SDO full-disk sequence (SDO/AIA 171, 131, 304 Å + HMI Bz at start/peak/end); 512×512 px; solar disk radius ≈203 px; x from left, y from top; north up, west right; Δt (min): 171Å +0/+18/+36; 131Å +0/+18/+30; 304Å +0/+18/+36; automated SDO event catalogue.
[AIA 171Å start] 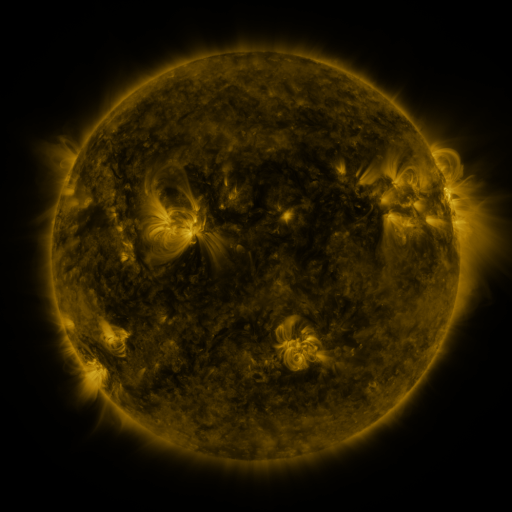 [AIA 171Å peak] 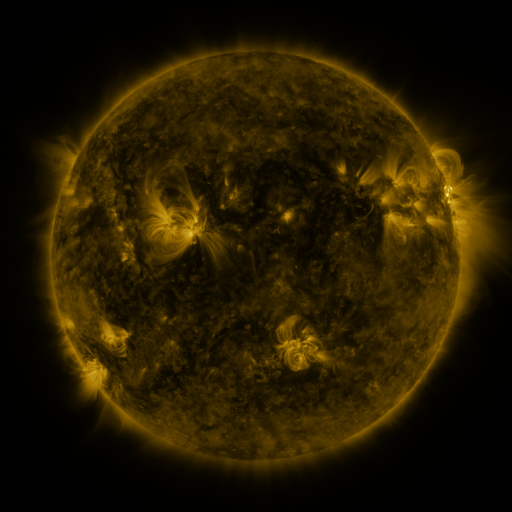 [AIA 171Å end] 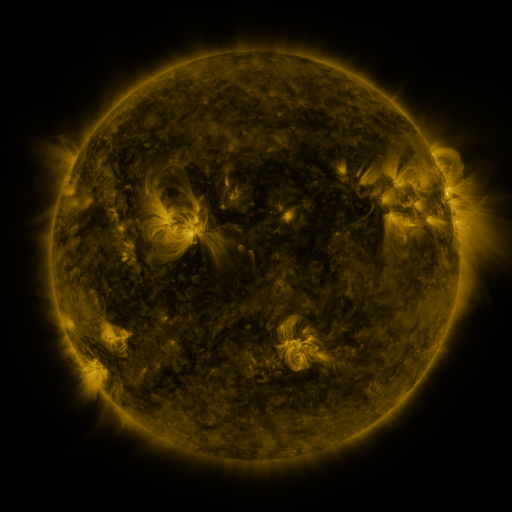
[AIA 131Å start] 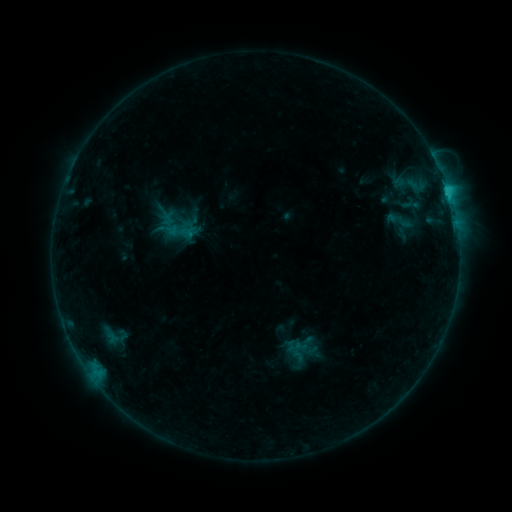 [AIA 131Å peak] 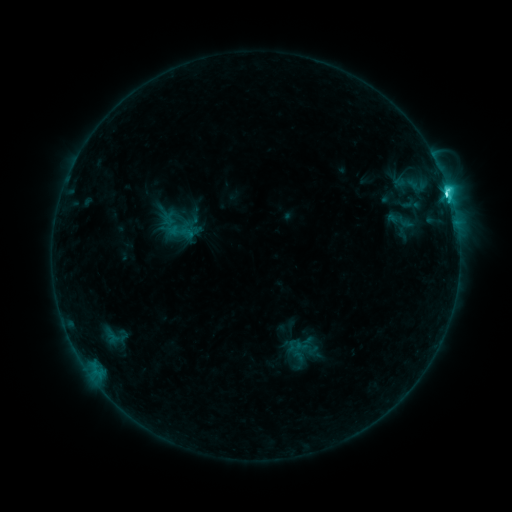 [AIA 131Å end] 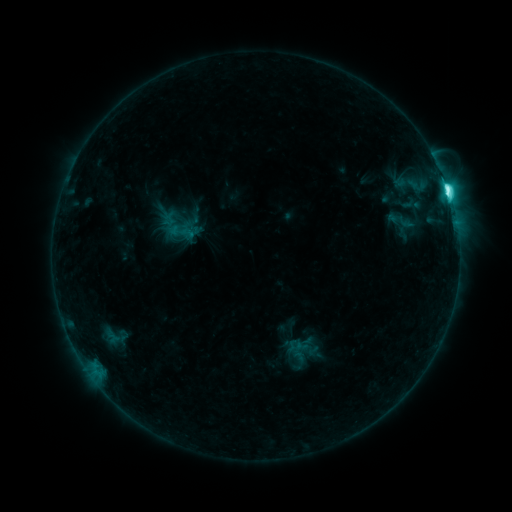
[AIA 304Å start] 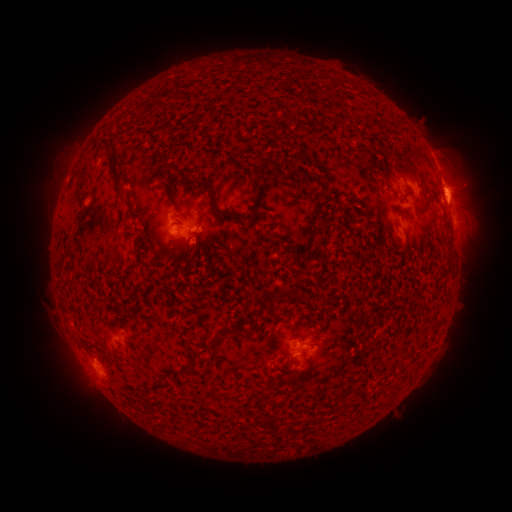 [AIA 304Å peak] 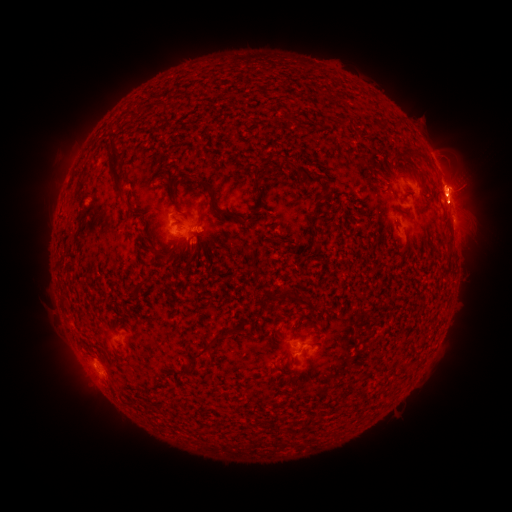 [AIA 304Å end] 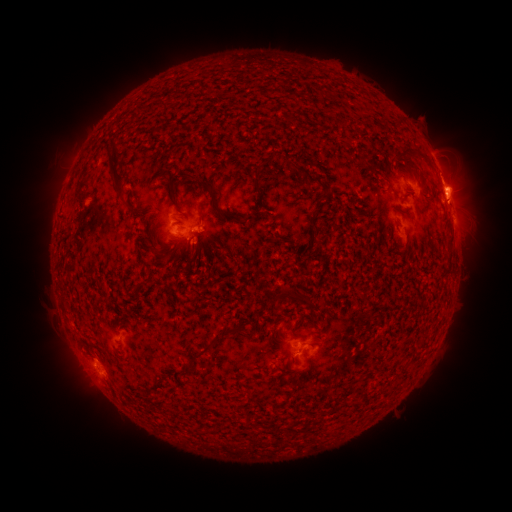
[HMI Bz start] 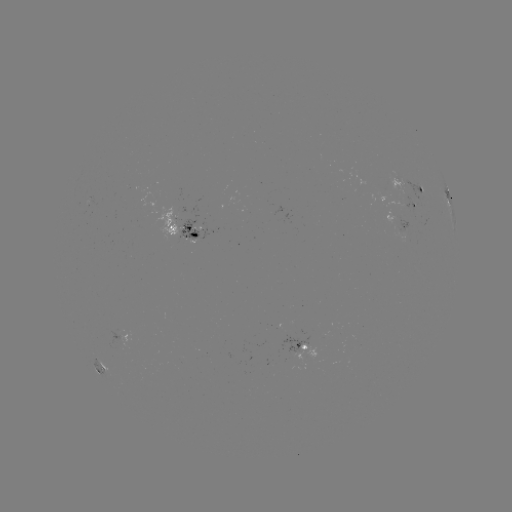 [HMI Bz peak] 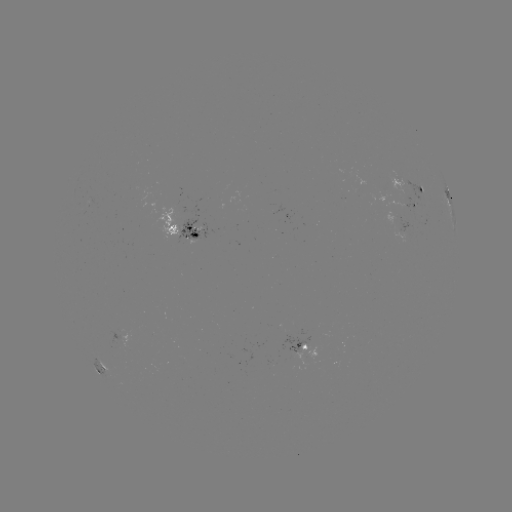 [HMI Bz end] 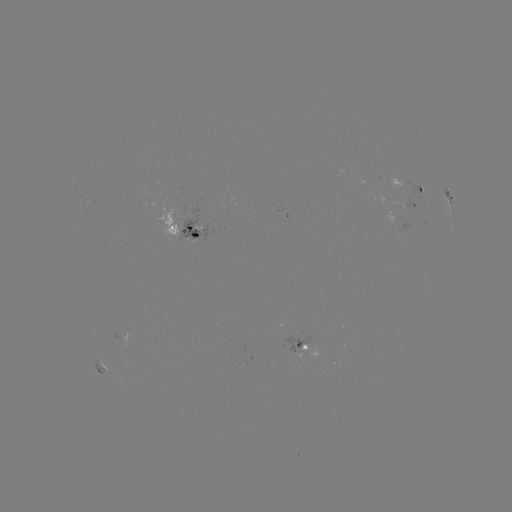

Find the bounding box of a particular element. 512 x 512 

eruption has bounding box [425, 149, 494, 229].